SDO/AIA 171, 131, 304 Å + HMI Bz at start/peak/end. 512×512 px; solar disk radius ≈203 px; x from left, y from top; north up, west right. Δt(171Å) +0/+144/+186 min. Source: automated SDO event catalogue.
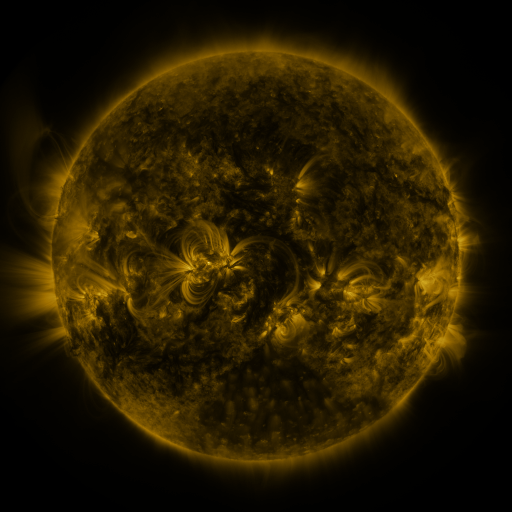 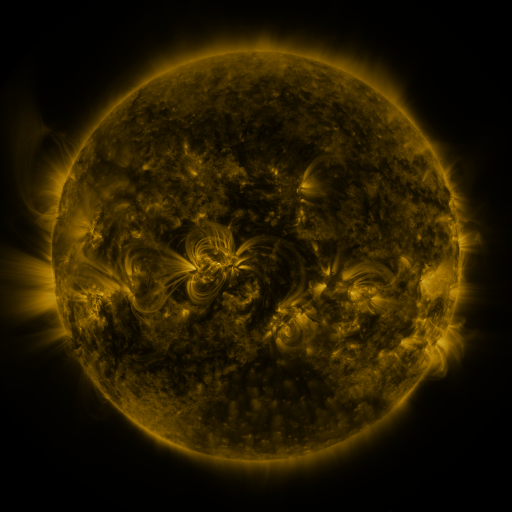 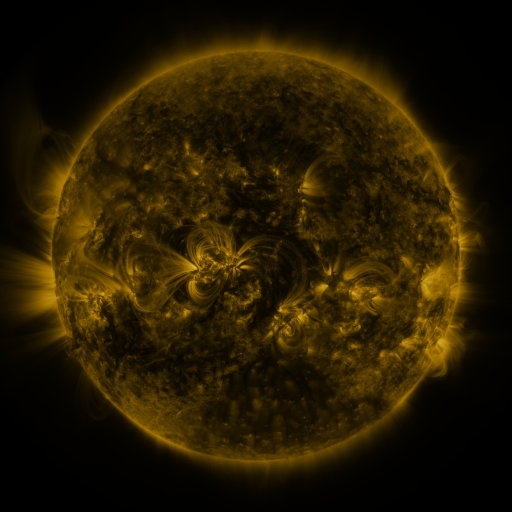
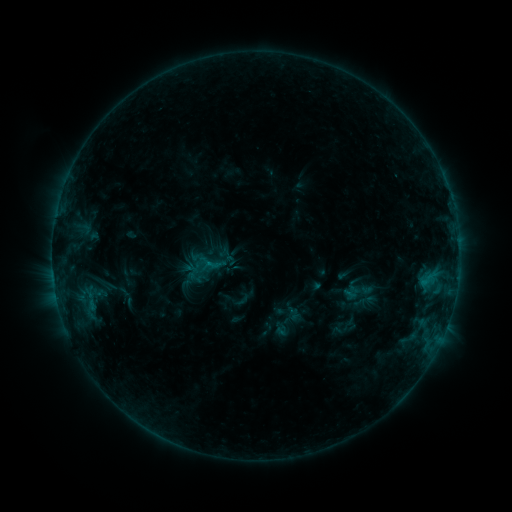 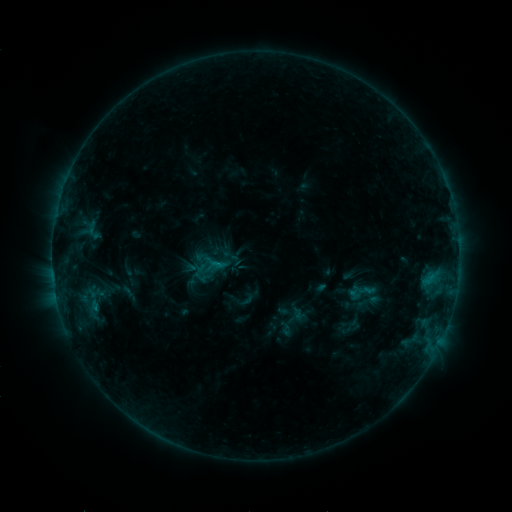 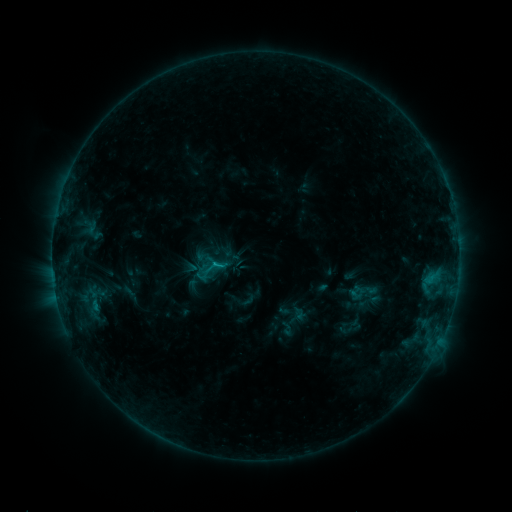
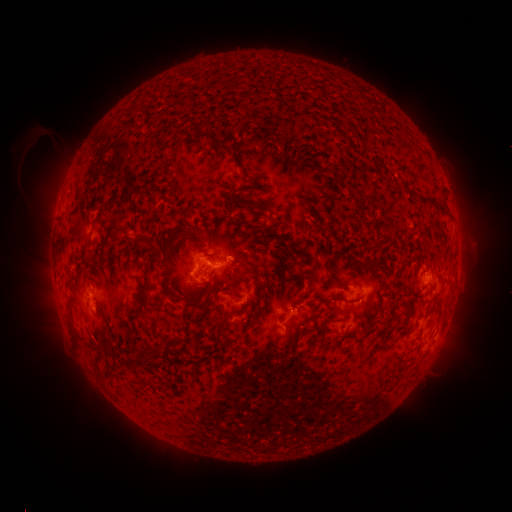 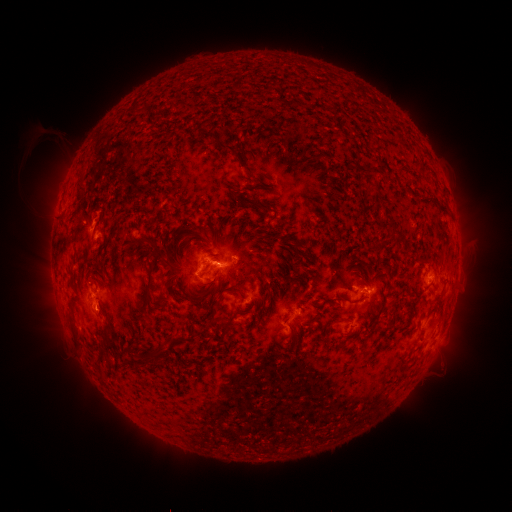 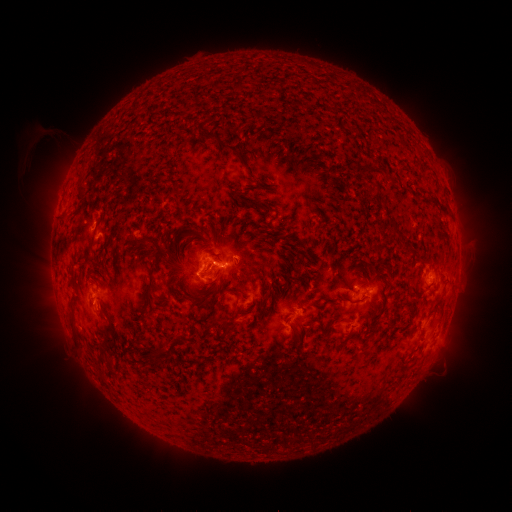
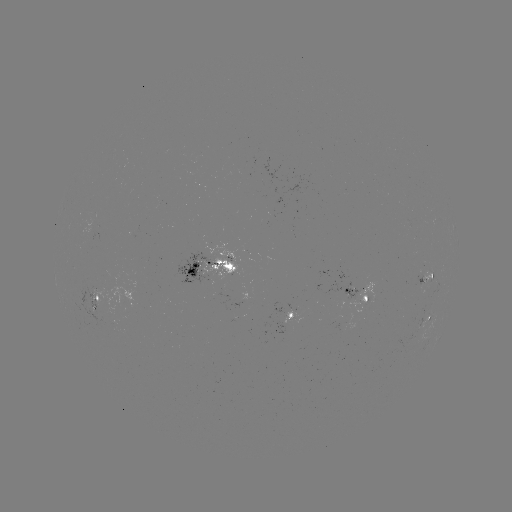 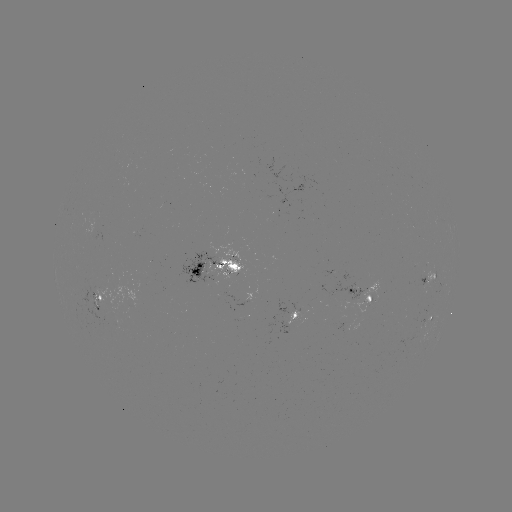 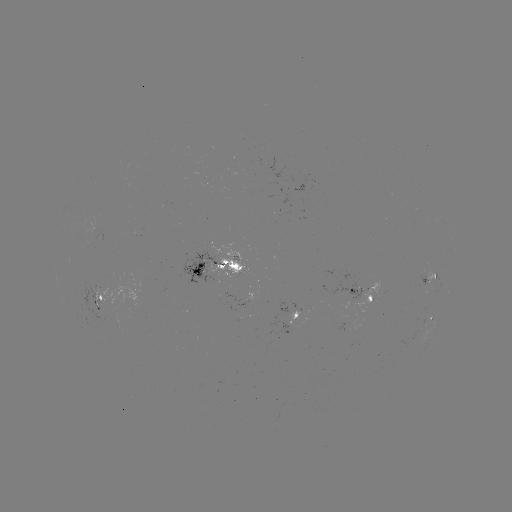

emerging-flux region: <bbox>70, 280, 116, 326</bbox>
